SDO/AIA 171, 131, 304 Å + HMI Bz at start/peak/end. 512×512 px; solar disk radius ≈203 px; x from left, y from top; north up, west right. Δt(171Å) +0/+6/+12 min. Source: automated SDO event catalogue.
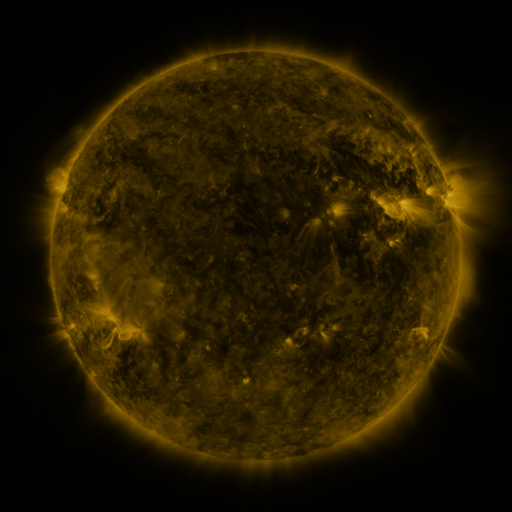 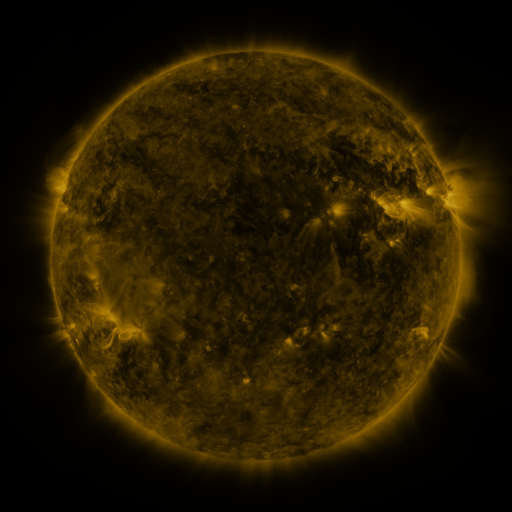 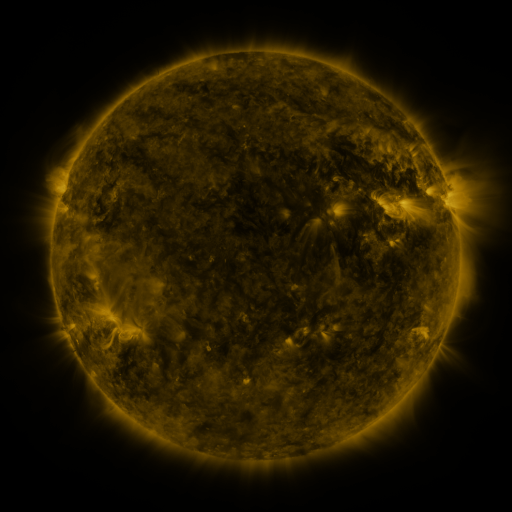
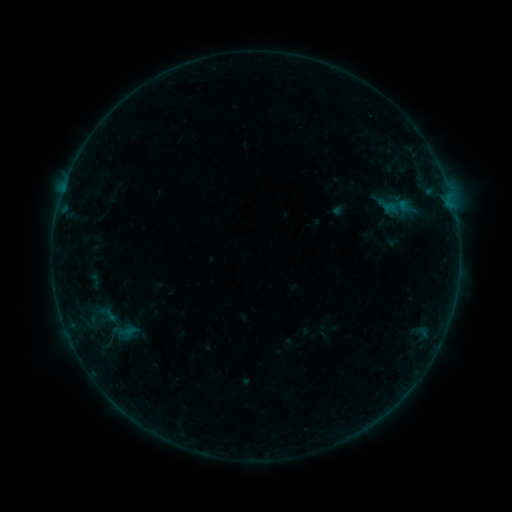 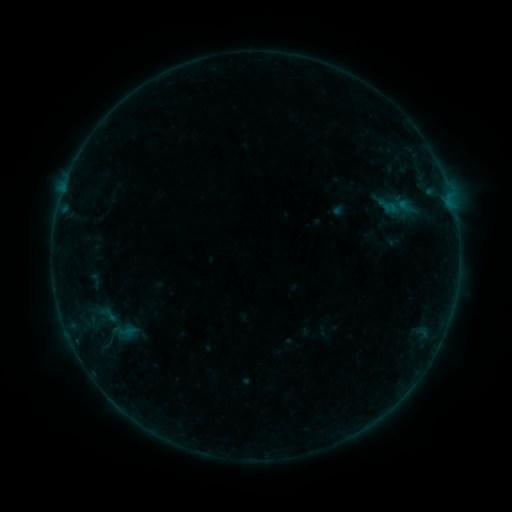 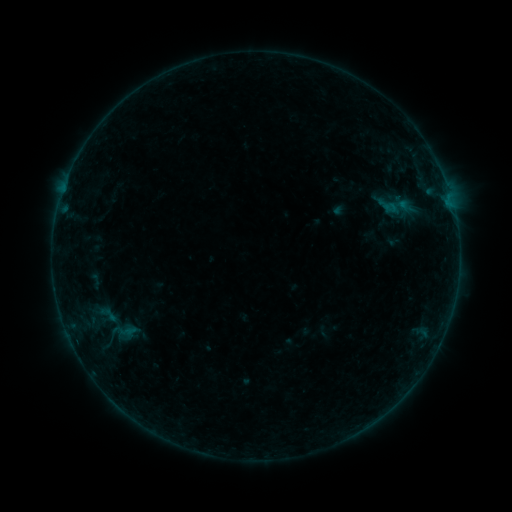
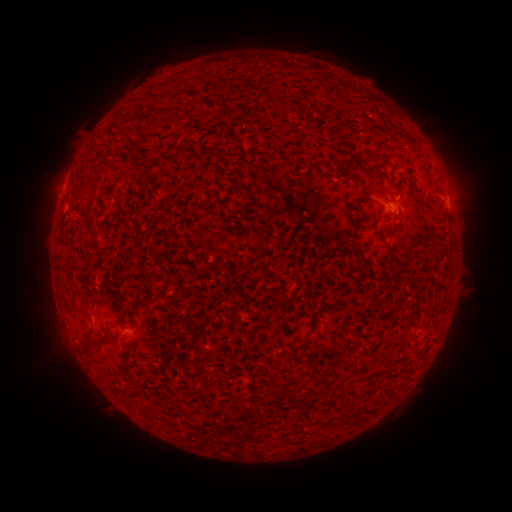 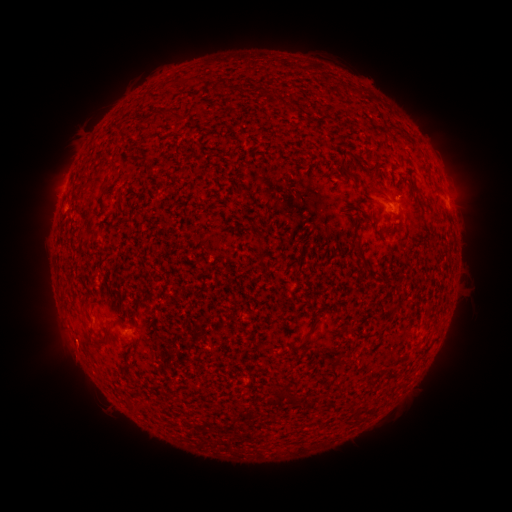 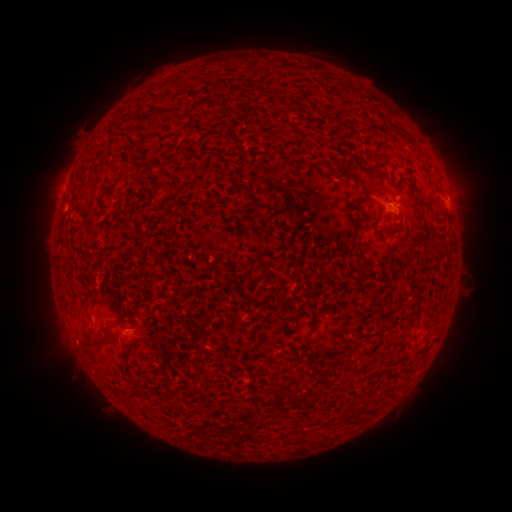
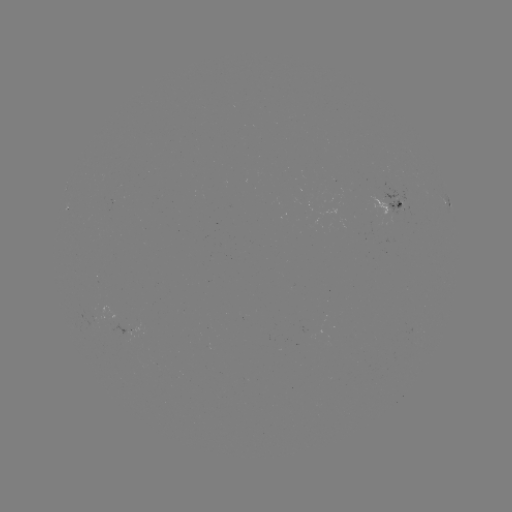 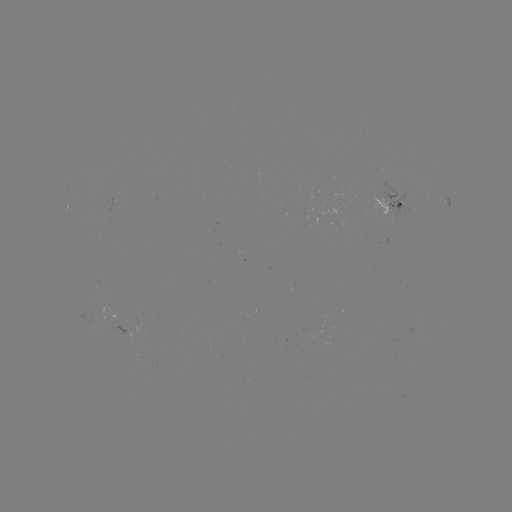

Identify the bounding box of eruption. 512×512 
[45, 325, 101, 378].